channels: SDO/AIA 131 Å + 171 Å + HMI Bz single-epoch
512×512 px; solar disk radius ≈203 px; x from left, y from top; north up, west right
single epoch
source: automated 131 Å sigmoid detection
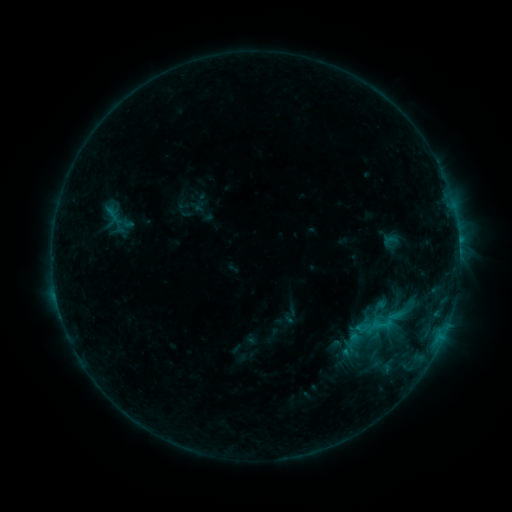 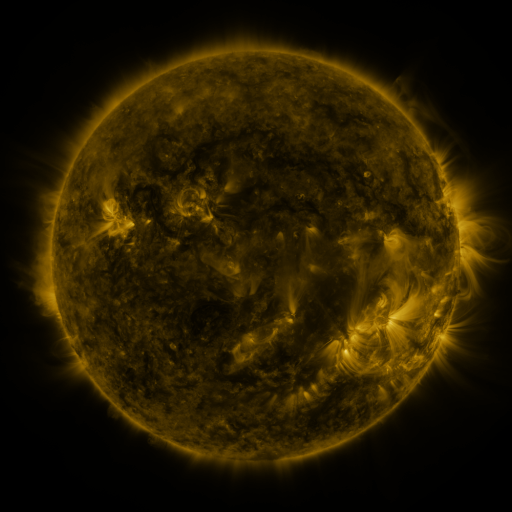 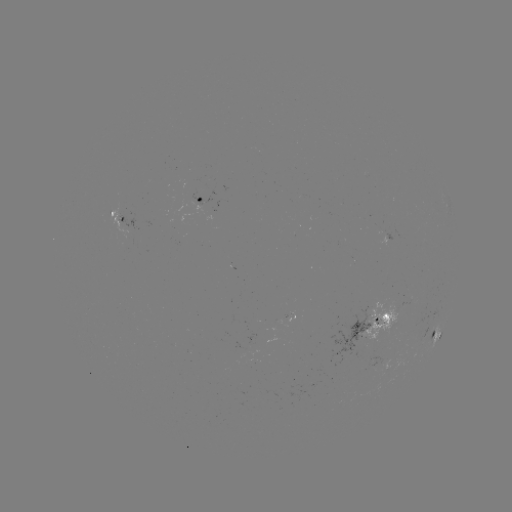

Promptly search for sigmoid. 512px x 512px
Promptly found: (375, 359).